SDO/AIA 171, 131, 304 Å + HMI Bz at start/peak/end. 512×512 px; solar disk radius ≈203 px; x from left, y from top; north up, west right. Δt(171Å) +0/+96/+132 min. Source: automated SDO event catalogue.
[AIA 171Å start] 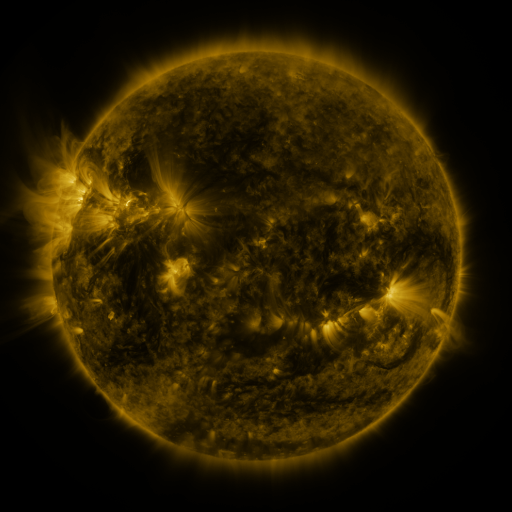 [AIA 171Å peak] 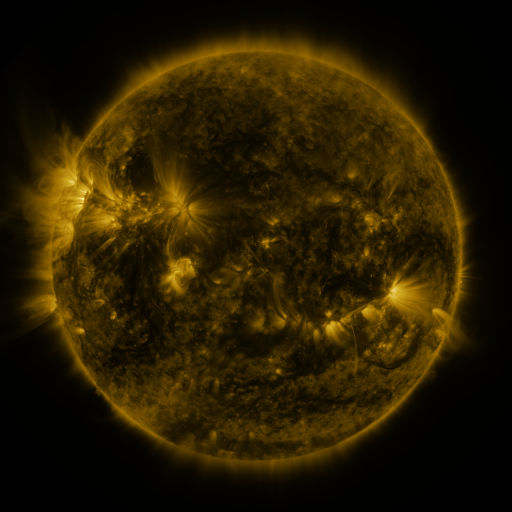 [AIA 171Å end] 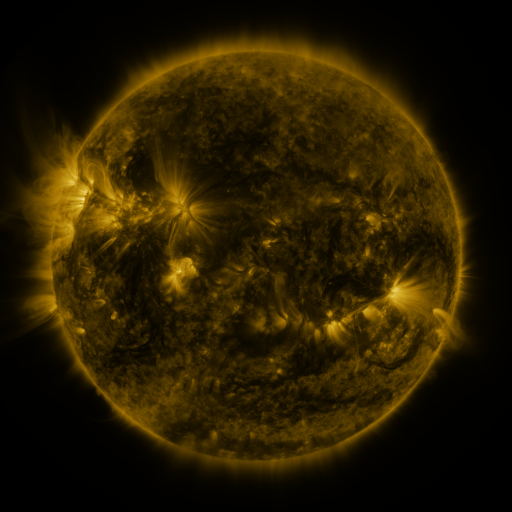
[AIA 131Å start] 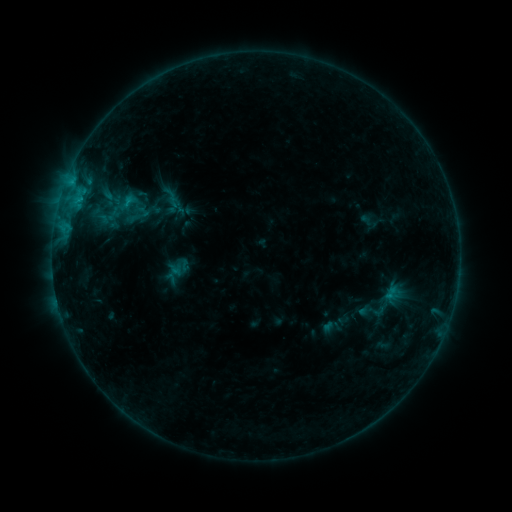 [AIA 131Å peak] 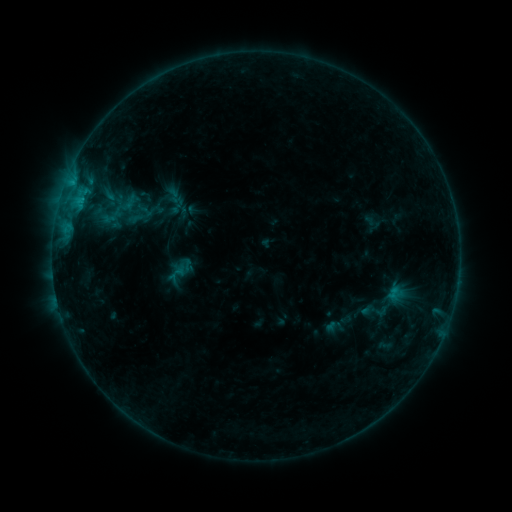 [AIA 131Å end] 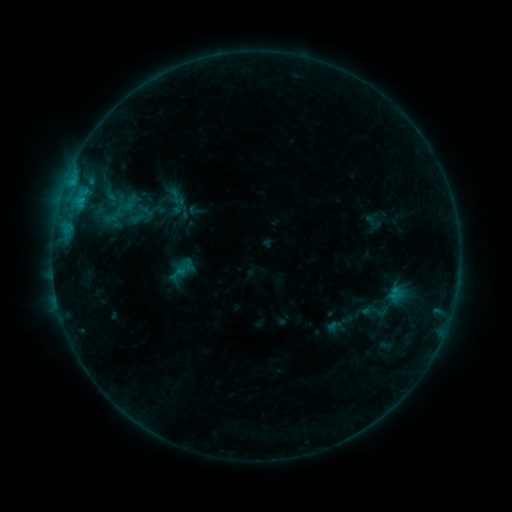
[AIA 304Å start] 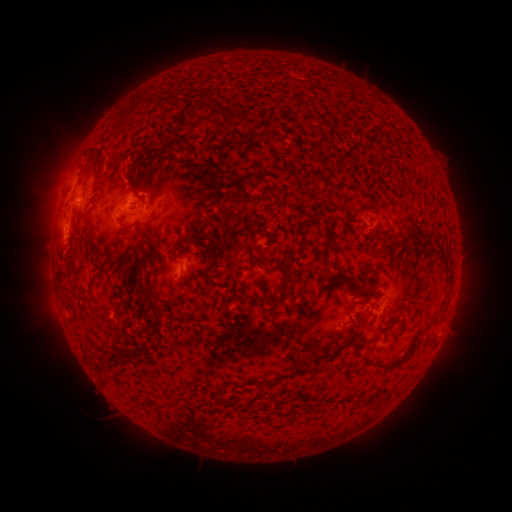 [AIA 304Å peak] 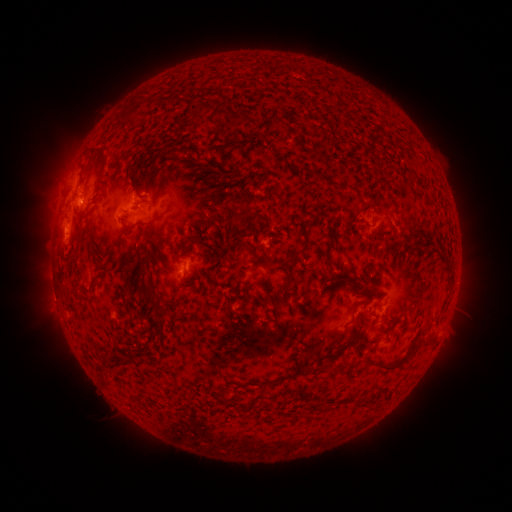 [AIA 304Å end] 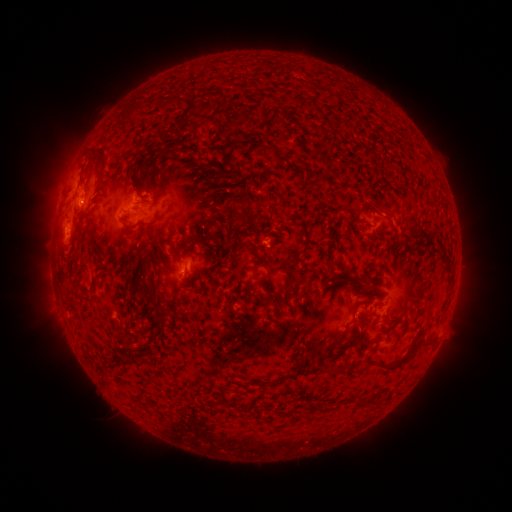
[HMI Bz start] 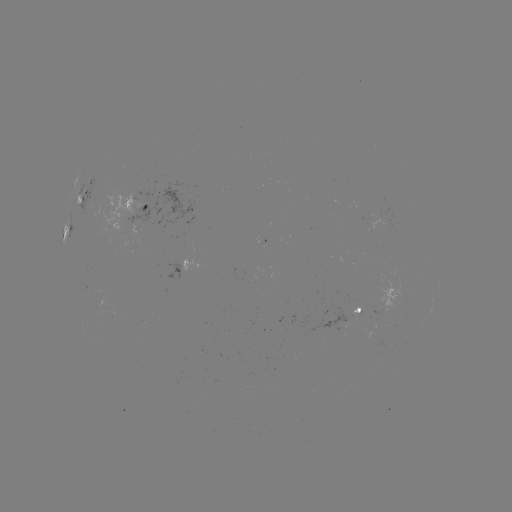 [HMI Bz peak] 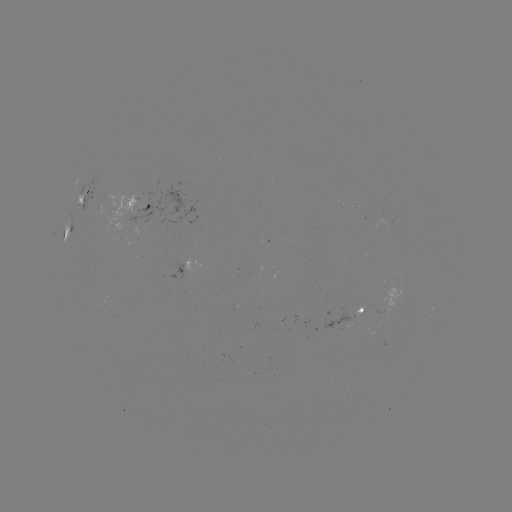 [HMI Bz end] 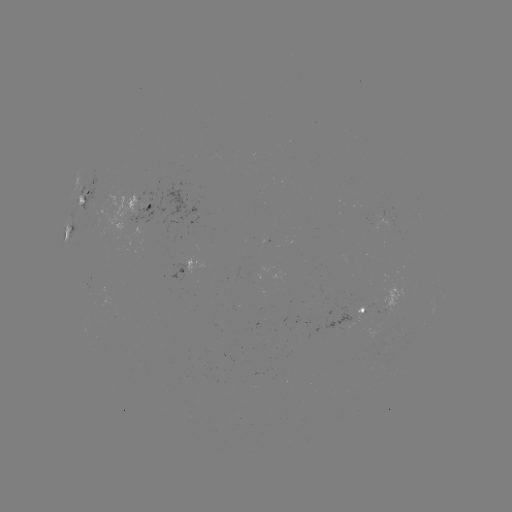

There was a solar emerging-flux region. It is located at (261, 188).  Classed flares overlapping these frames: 2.